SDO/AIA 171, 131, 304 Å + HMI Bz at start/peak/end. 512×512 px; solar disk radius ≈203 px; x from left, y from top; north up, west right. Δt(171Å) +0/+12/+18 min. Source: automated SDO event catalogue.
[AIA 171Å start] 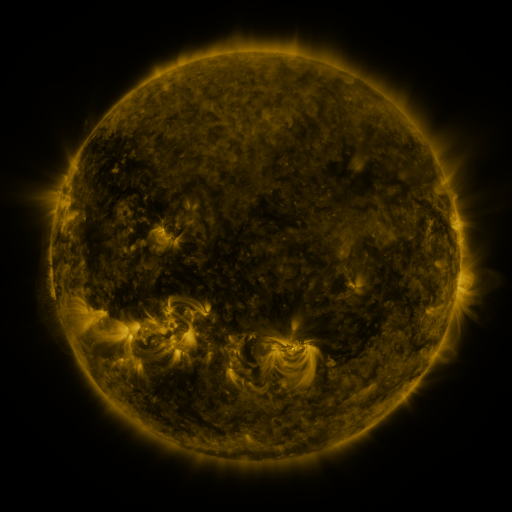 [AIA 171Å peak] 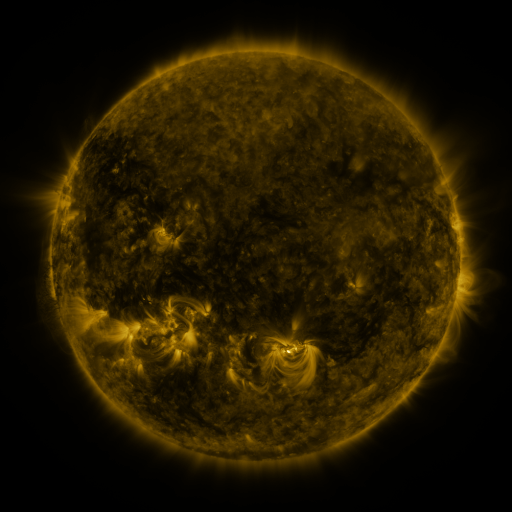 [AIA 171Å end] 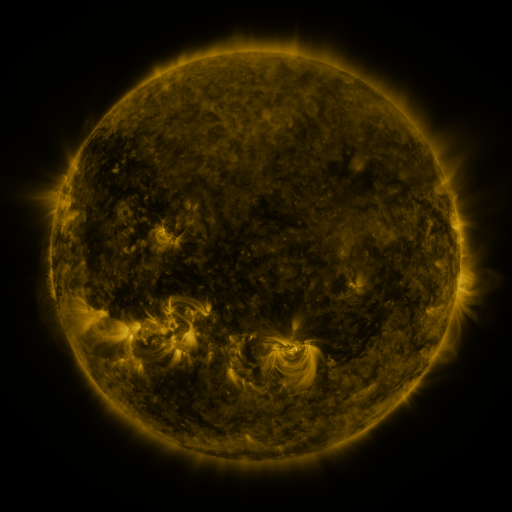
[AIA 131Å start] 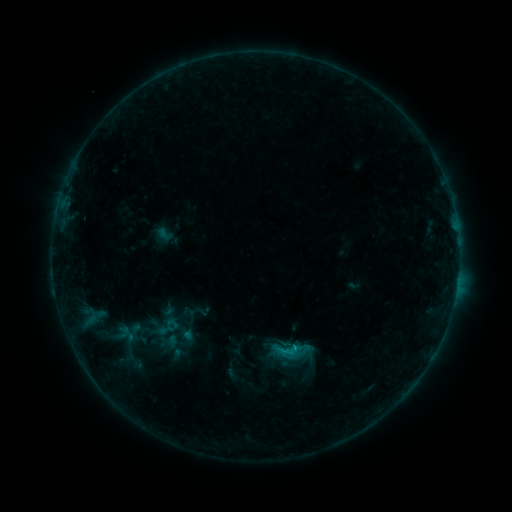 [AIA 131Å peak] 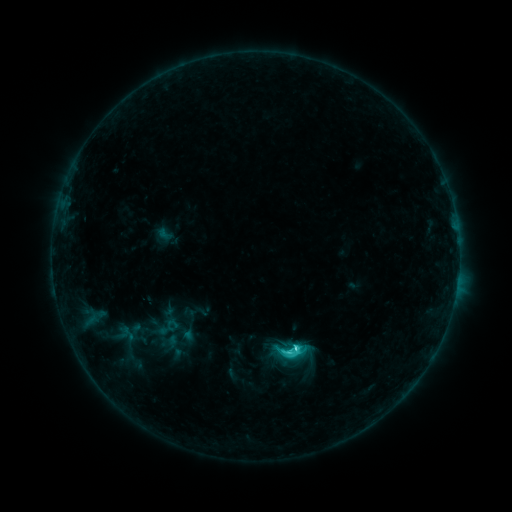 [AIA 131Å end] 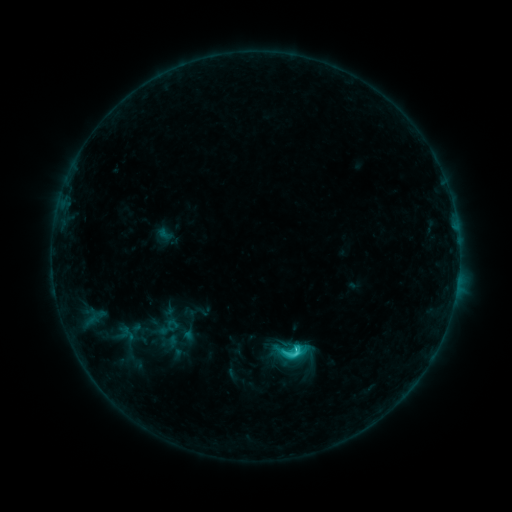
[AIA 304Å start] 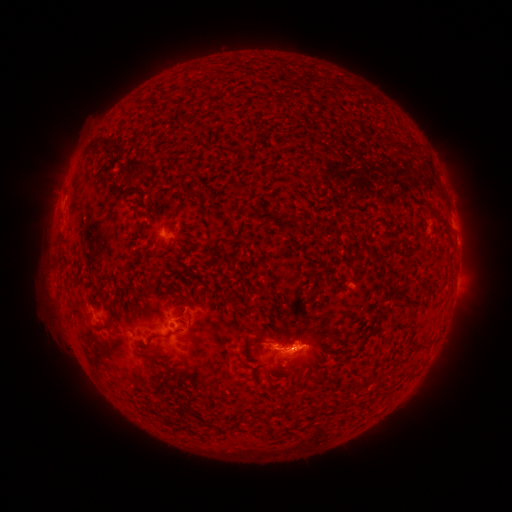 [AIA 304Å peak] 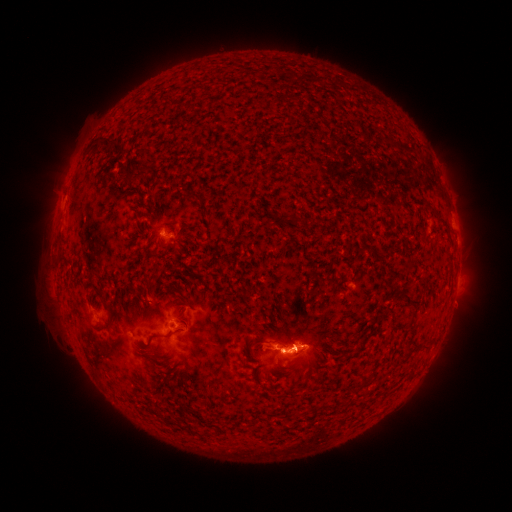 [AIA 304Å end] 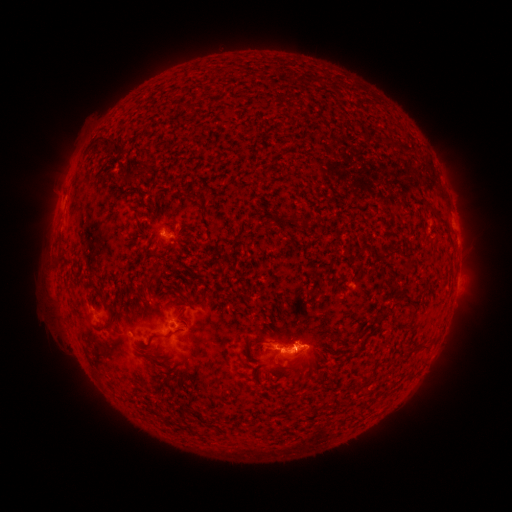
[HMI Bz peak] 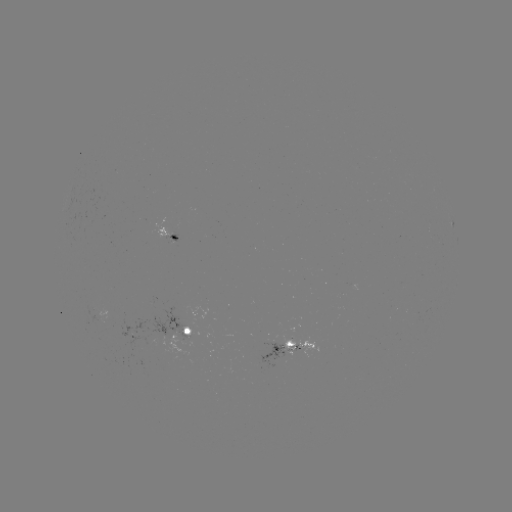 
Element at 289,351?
C3.2 flare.